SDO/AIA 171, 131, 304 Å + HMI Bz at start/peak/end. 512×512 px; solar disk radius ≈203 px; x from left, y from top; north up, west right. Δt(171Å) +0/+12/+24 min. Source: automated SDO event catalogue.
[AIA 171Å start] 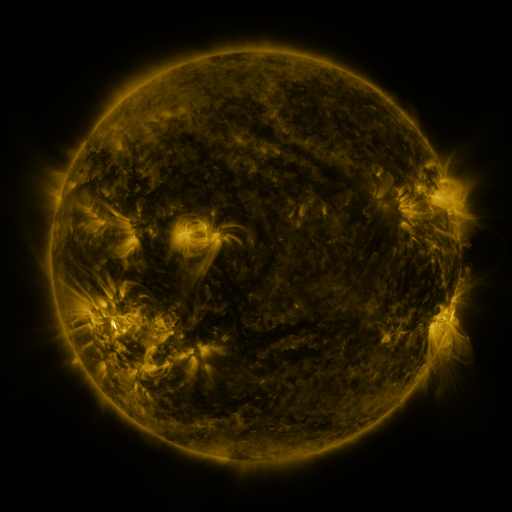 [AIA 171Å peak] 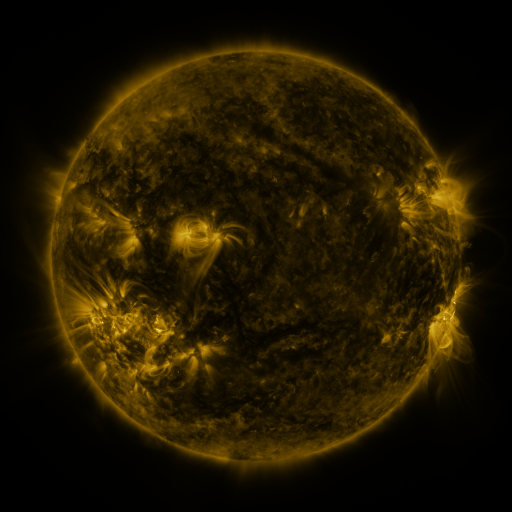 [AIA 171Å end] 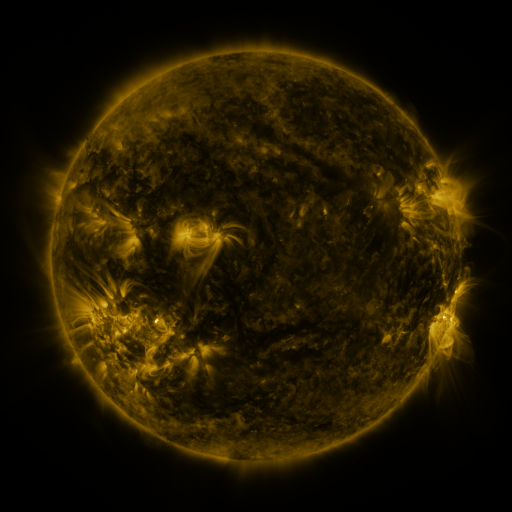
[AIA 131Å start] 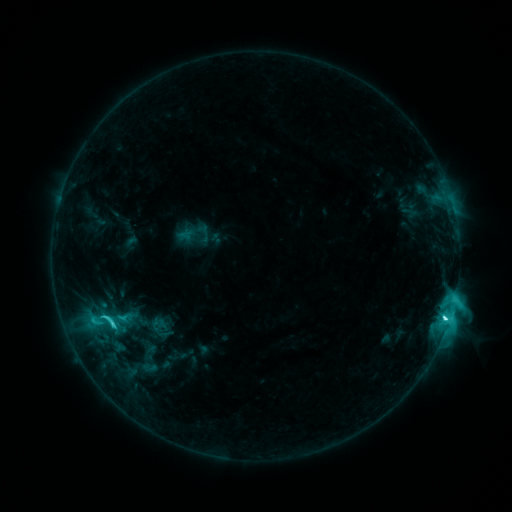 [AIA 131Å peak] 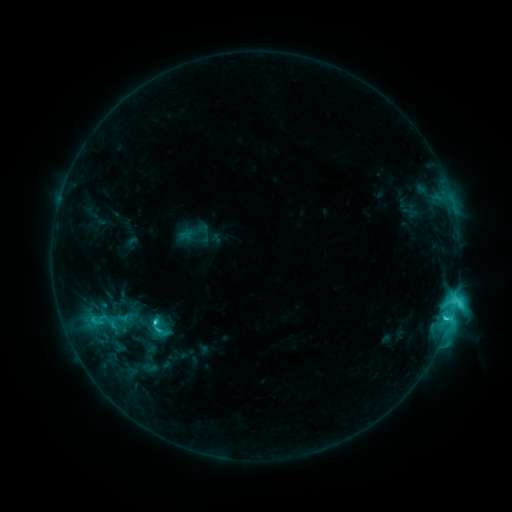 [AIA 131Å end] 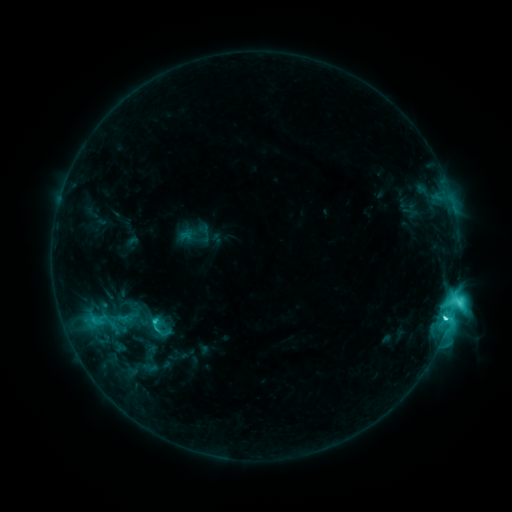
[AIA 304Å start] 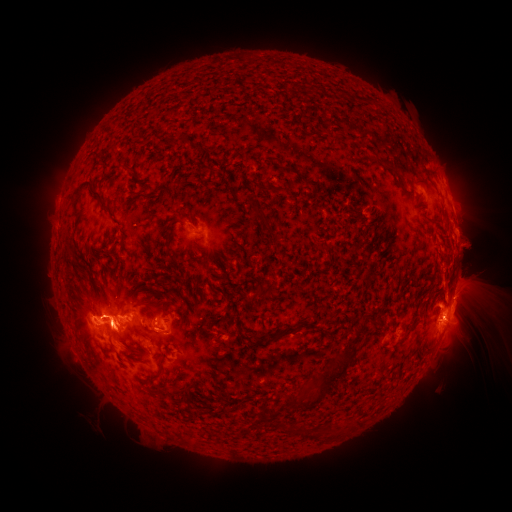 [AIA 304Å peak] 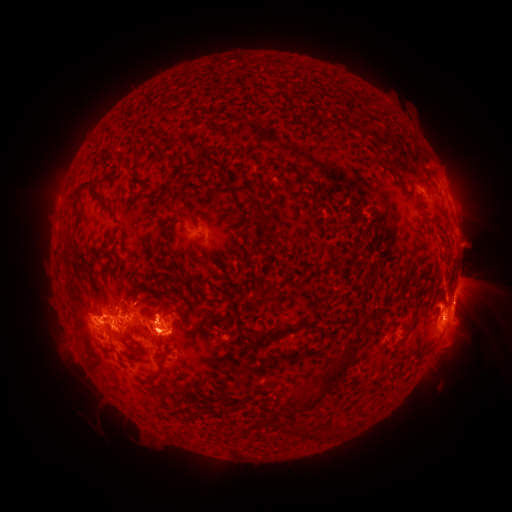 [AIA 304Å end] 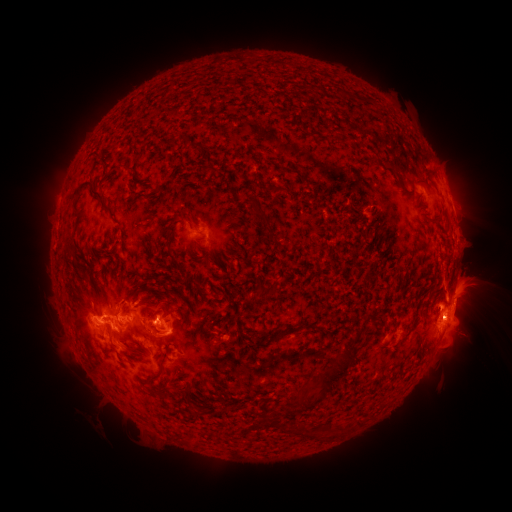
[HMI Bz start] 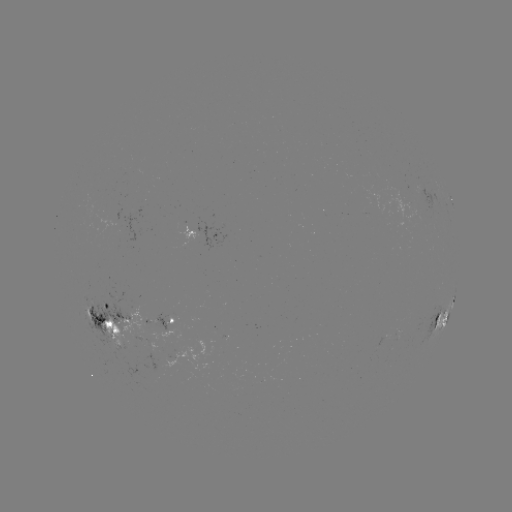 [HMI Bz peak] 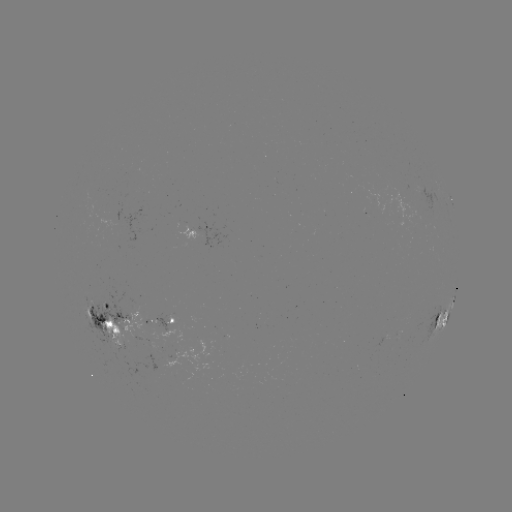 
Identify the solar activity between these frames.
eruption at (162, 332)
